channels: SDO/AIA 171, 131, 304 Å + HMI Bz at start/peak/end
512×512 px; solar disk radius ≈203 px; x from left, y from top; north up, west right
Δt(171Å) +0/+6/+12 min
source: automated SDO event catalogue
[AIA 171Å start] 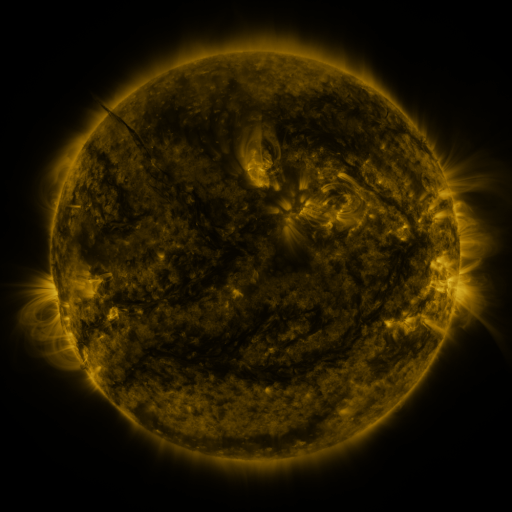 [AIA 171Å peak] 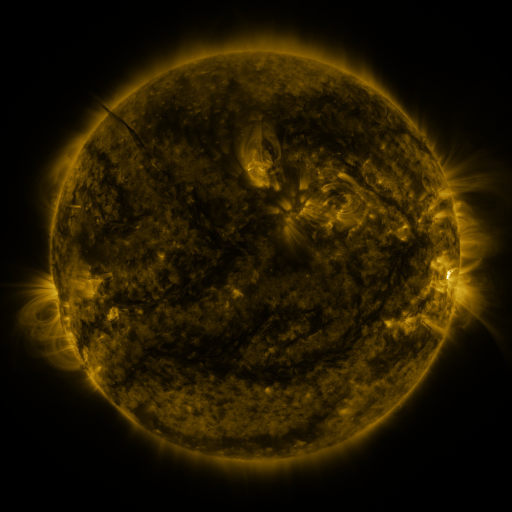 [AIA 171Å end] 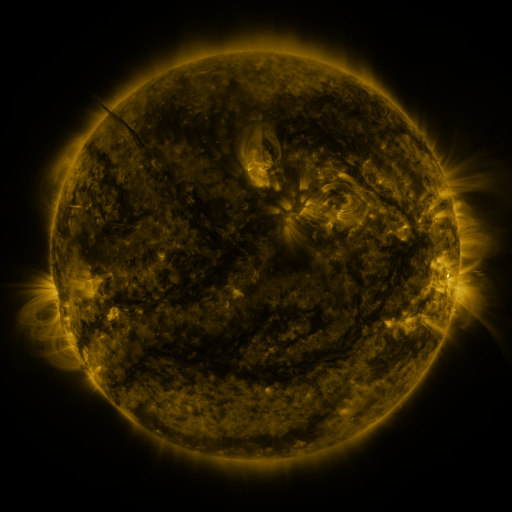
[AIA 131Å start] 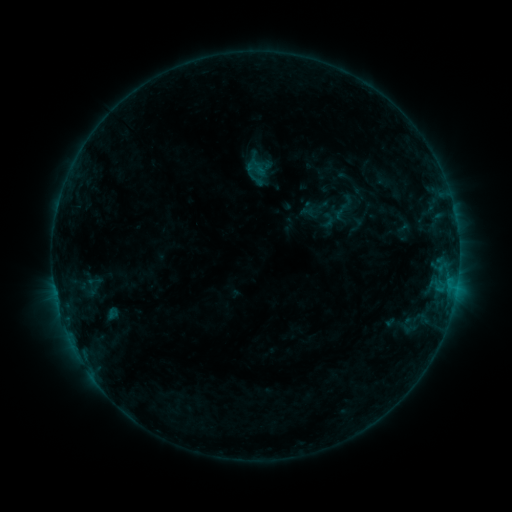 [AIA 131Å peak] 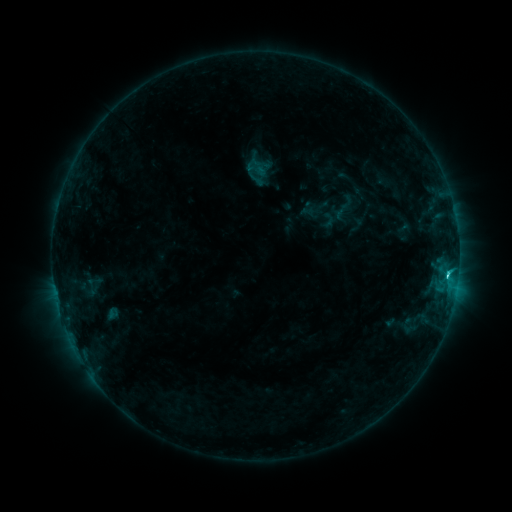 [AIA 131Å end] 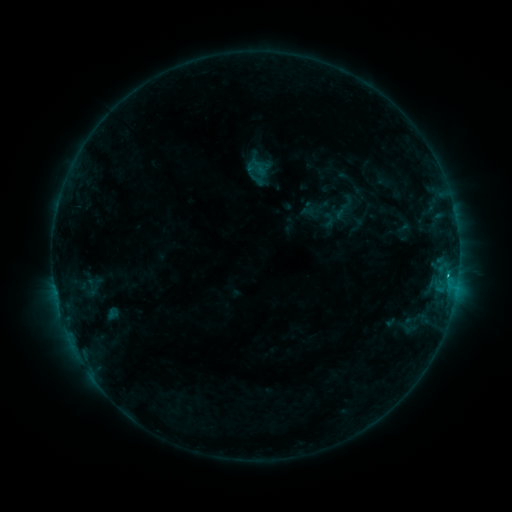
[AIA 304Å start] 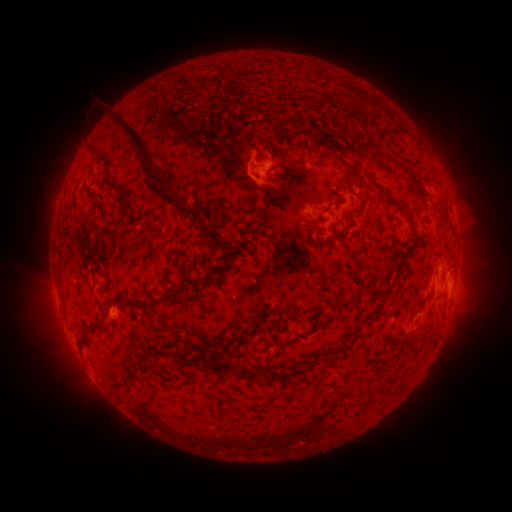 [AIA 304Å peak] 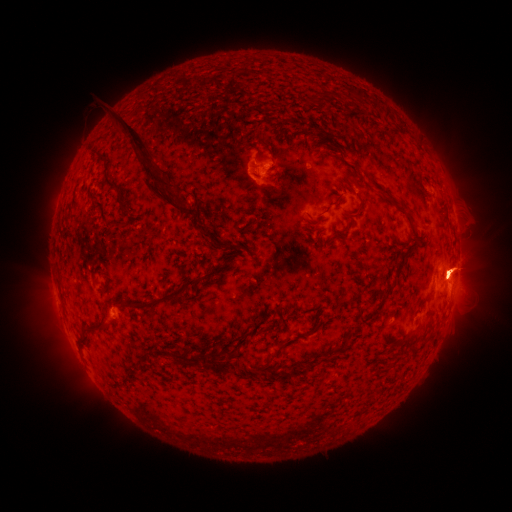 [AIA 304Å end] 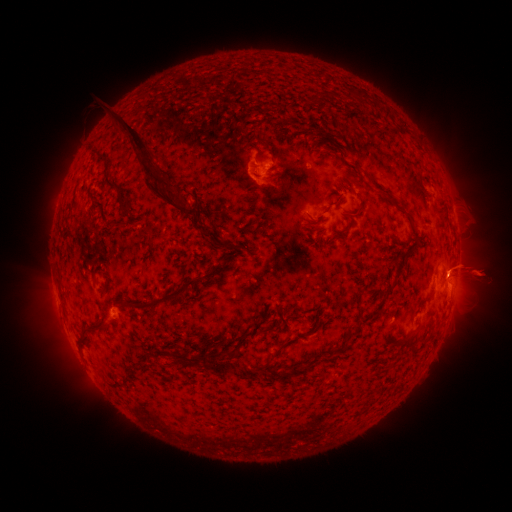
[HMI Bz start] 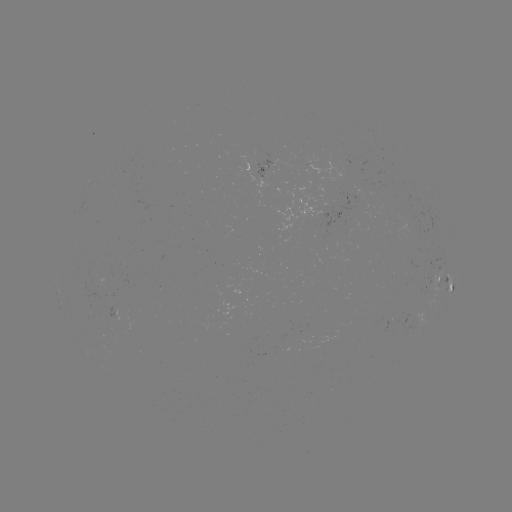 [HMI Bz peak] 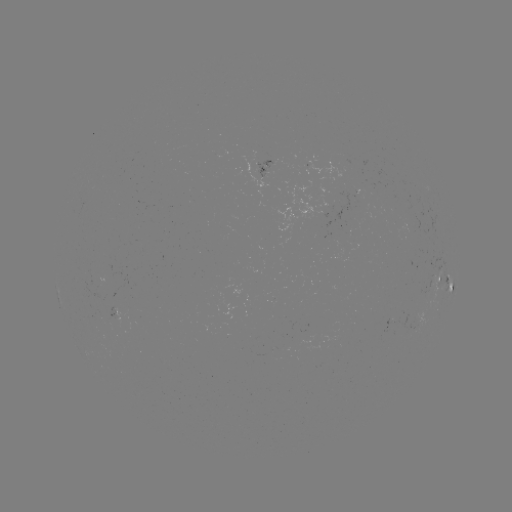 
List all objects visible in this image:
C1.9 flare: (446, 271)
